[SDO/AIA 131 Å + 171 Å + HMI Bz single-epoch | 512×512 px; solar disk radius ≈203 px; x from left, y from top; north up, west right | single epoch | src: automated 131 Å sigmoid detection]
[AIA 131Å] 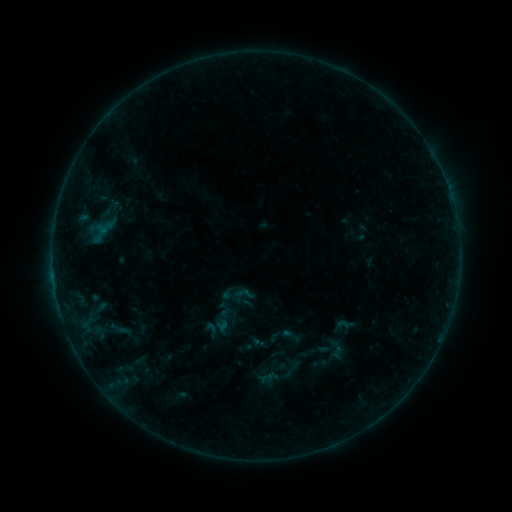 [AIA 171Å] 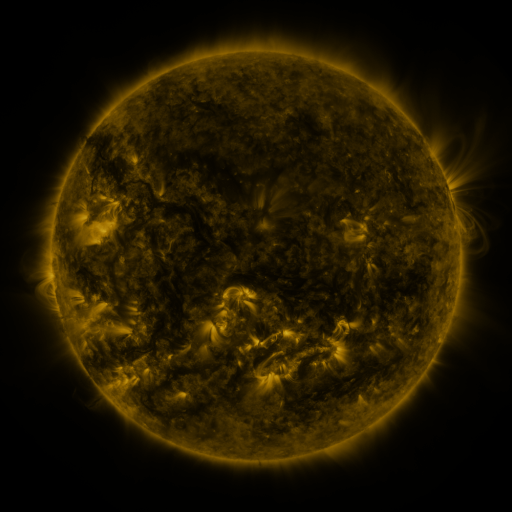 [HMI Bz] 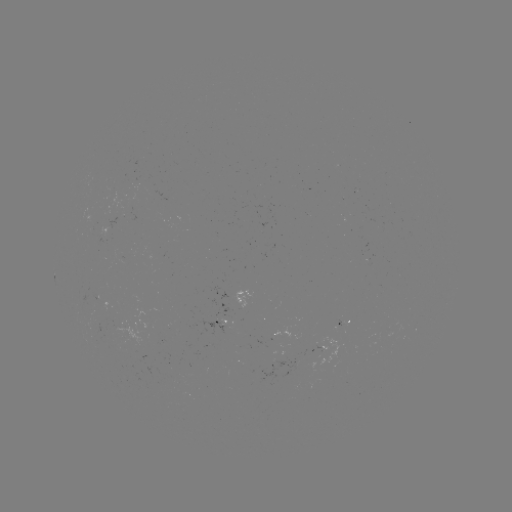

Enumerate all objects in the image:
sigmoid: (211, 330)
sigmoid: (259, 343)
